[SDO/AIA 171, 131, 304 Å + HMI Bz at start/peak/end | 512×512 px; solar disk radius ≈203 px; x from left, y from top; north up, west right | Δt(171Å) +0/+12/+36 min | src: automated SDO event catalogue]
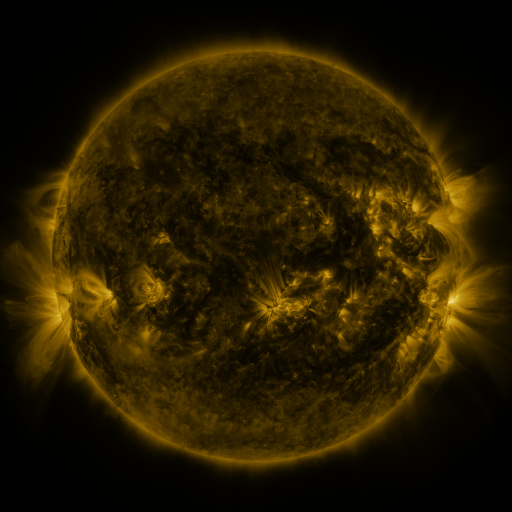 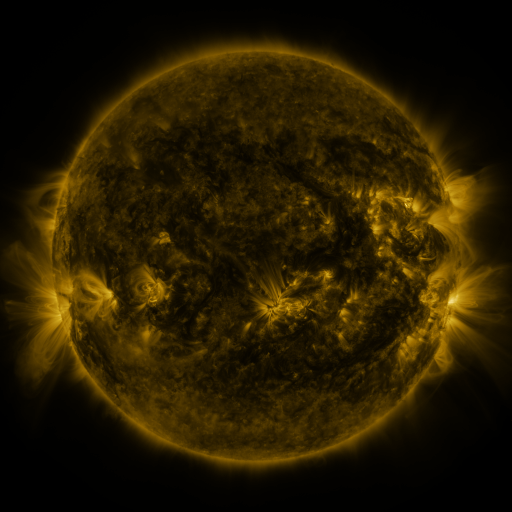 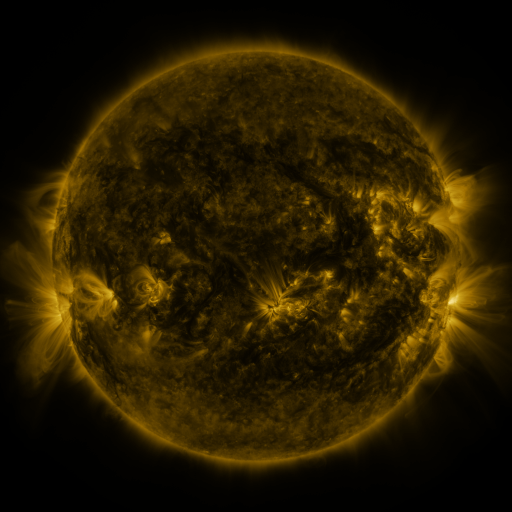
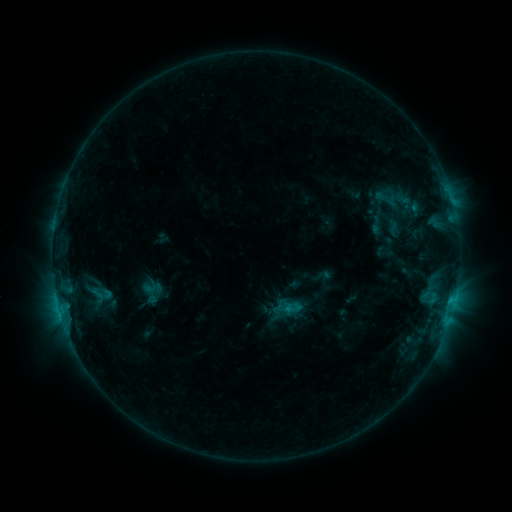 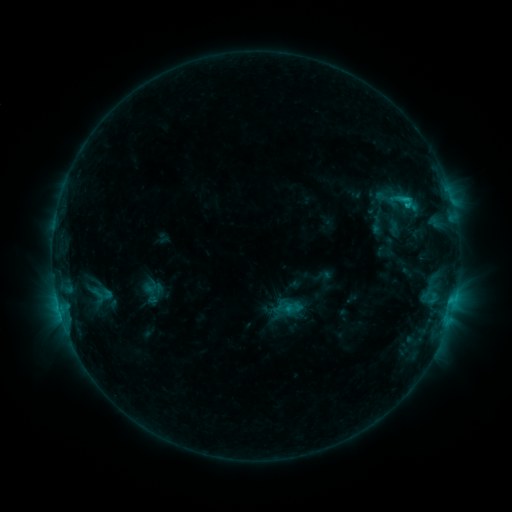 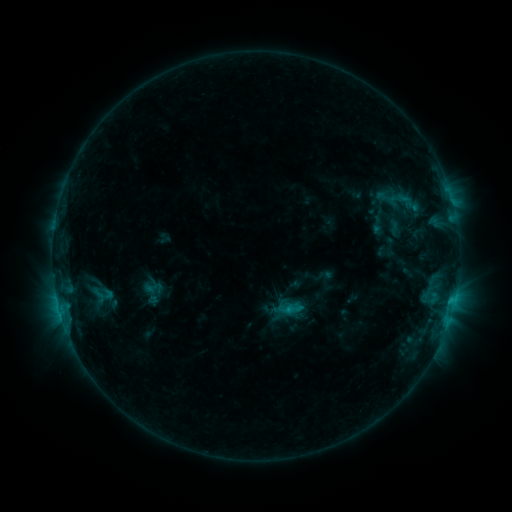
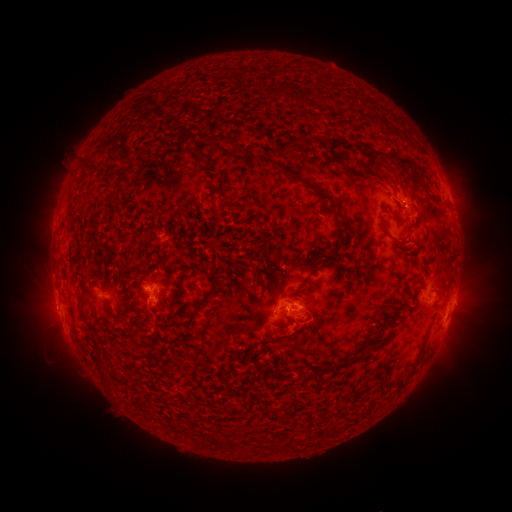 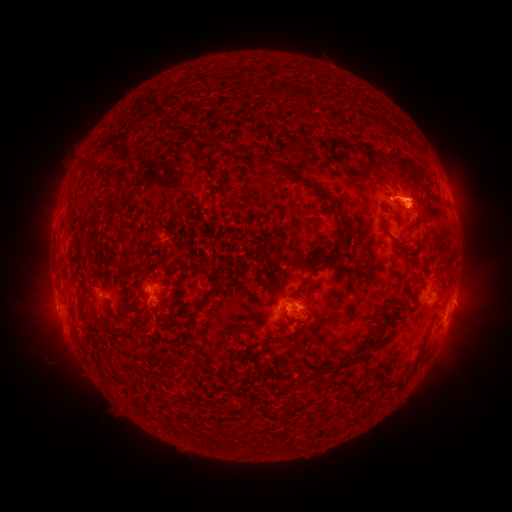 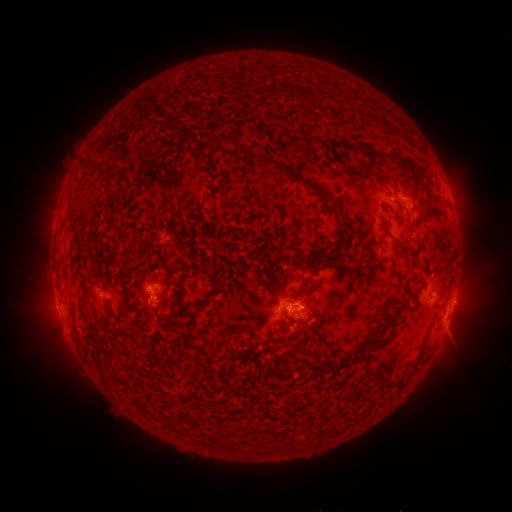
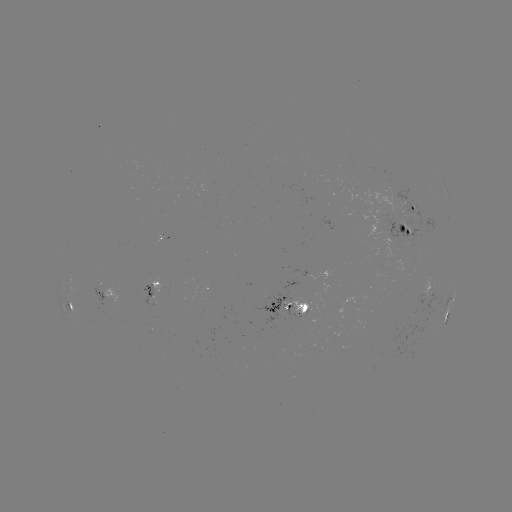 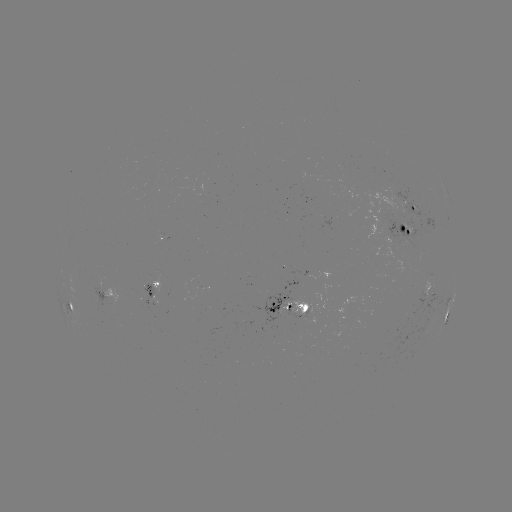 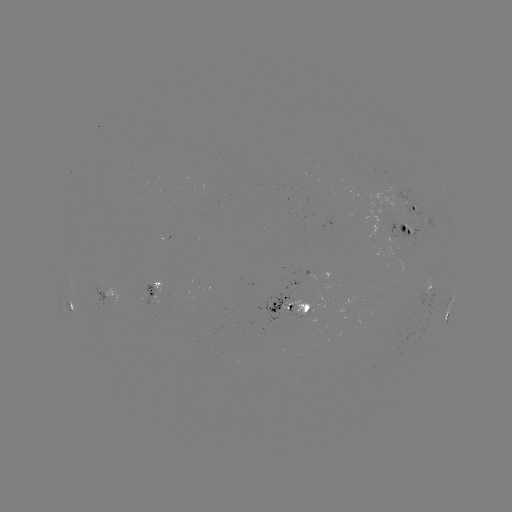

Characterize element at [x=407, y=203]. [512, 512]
C1.4 flare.